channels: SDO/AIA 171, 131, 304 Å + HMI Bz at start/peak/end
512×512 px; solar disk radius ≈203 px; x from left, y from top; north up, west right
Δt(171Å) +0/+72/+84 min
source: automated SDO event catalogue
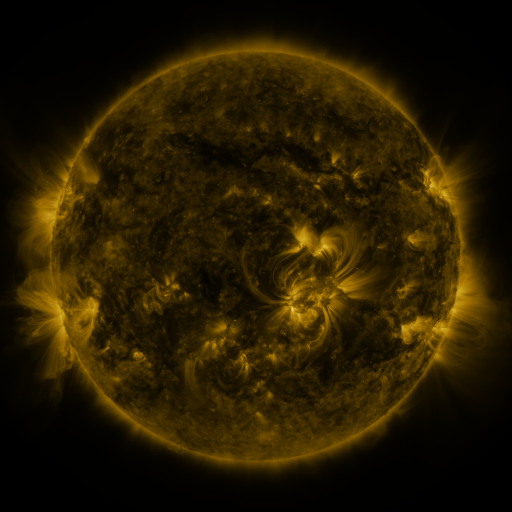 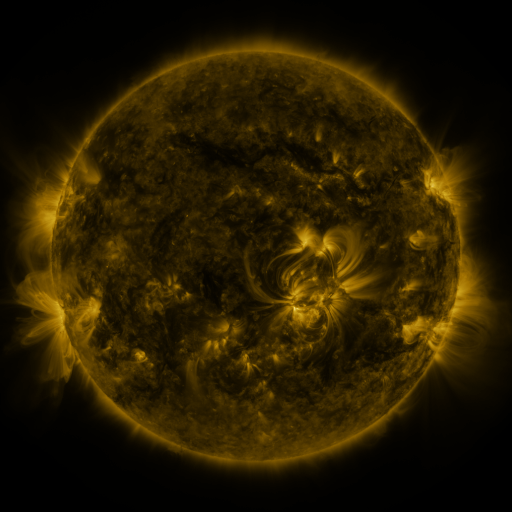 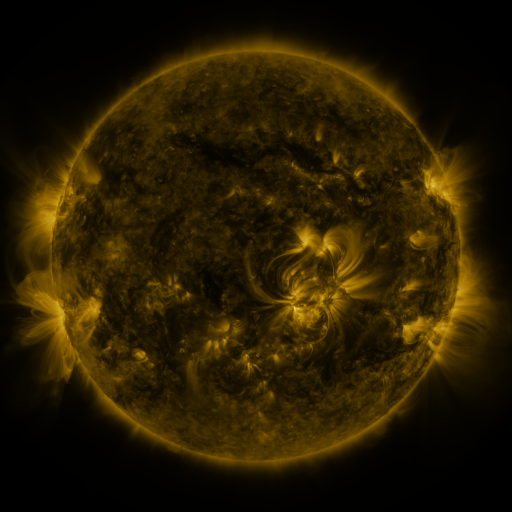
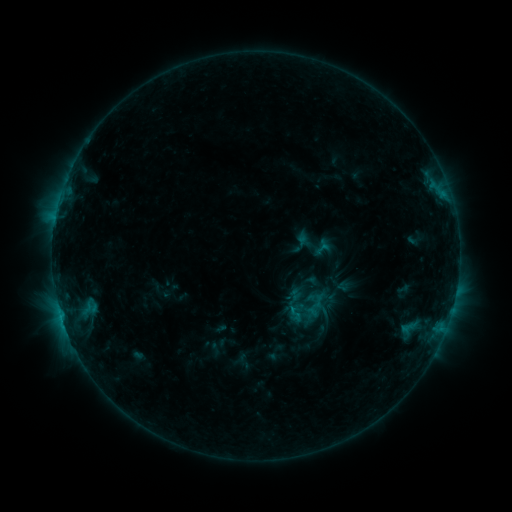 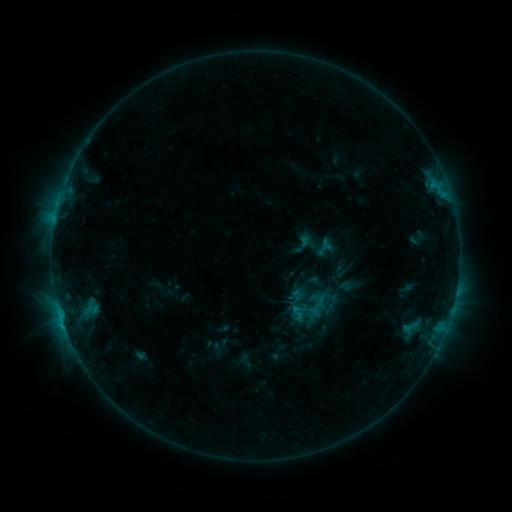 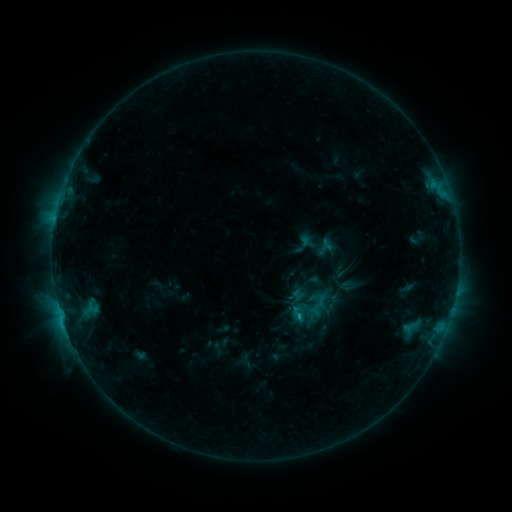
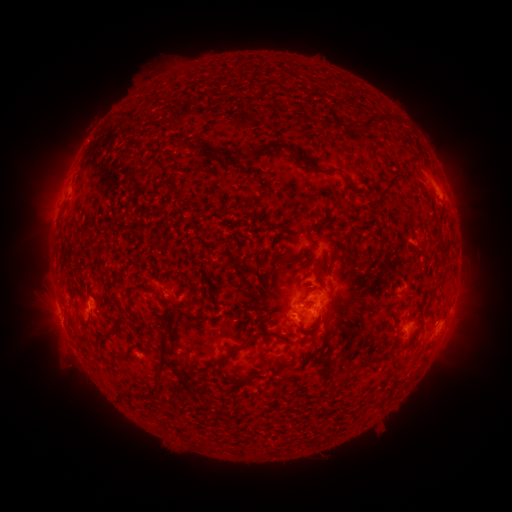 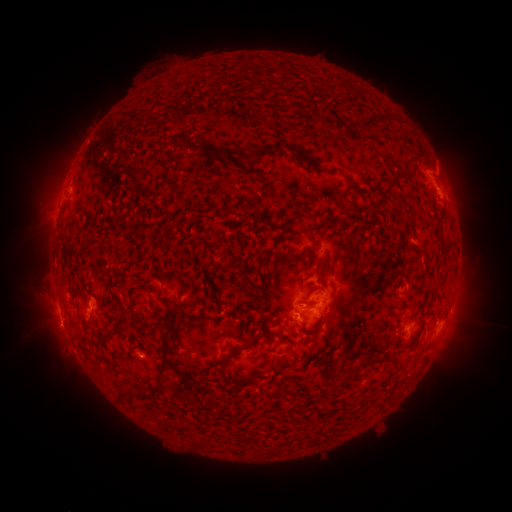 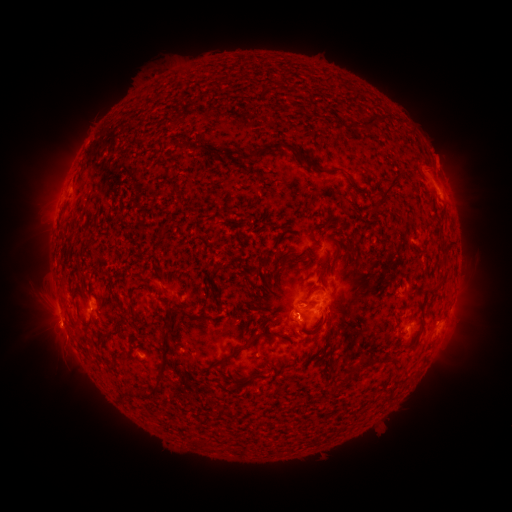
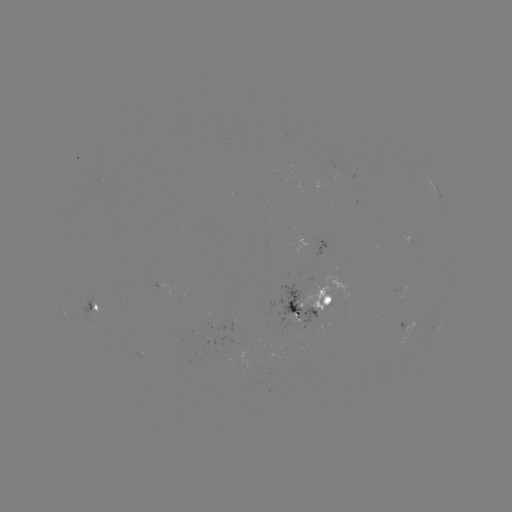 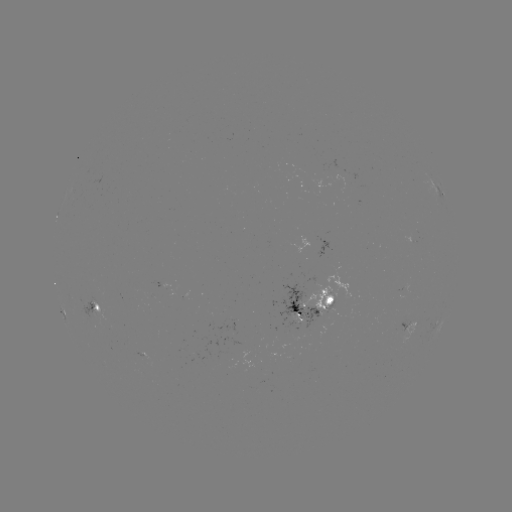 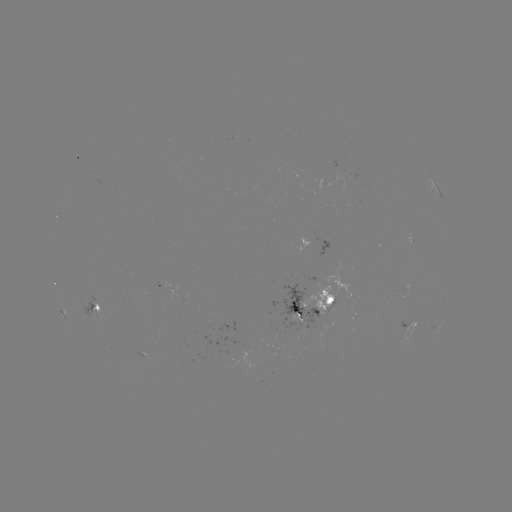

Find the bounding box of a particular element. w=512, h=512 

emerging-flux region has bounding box [82, 296, 98, 318].